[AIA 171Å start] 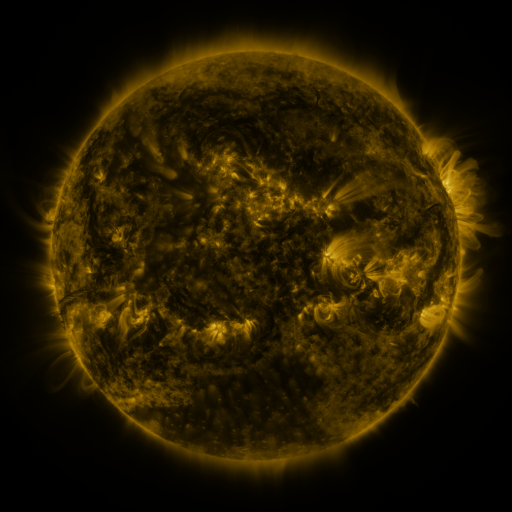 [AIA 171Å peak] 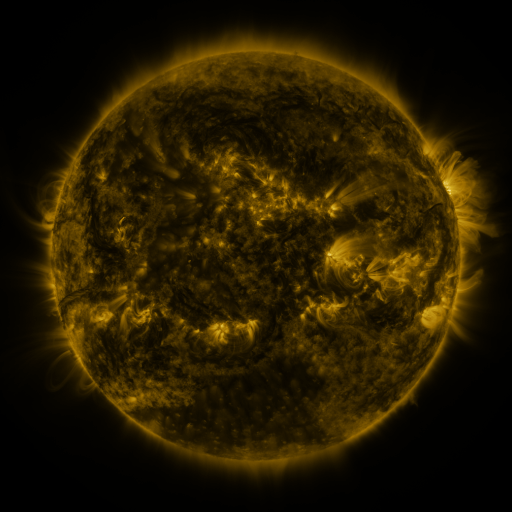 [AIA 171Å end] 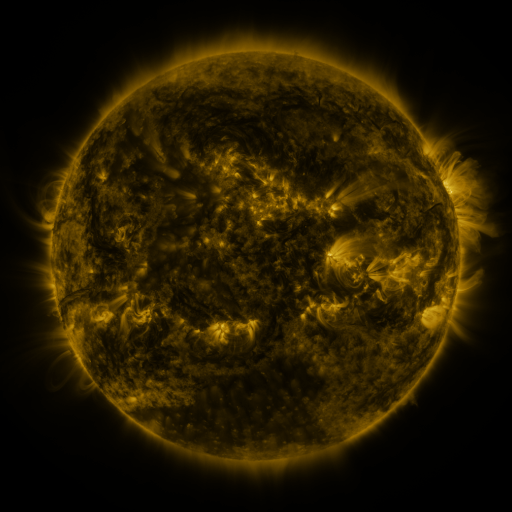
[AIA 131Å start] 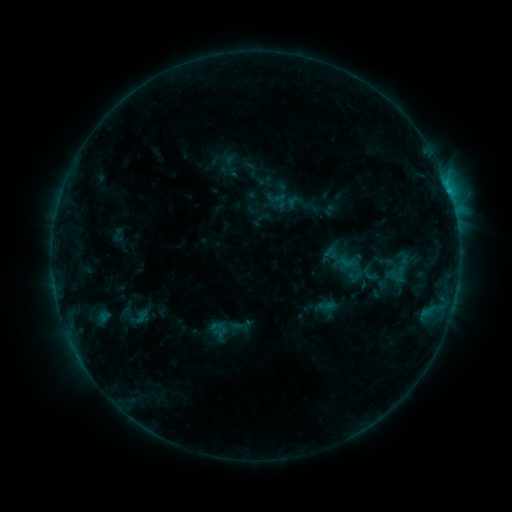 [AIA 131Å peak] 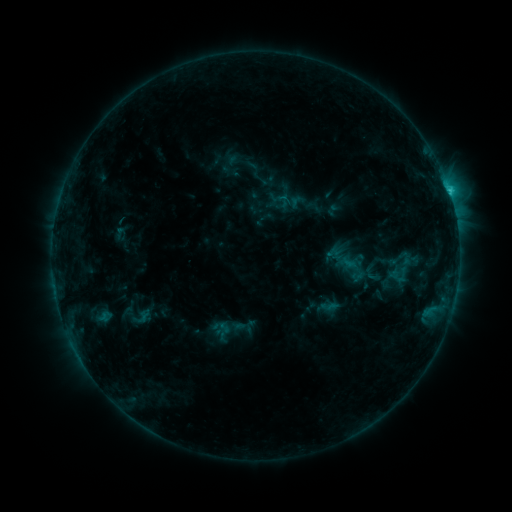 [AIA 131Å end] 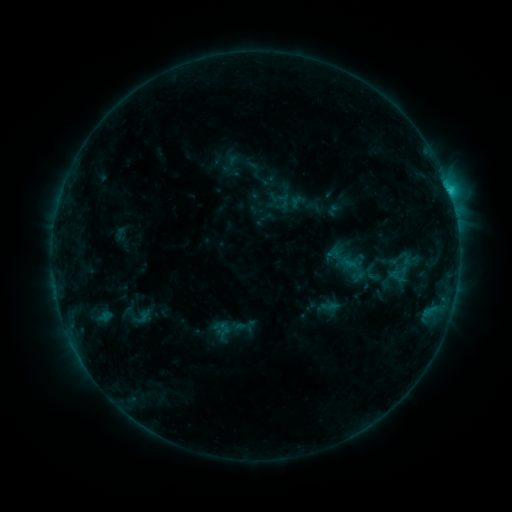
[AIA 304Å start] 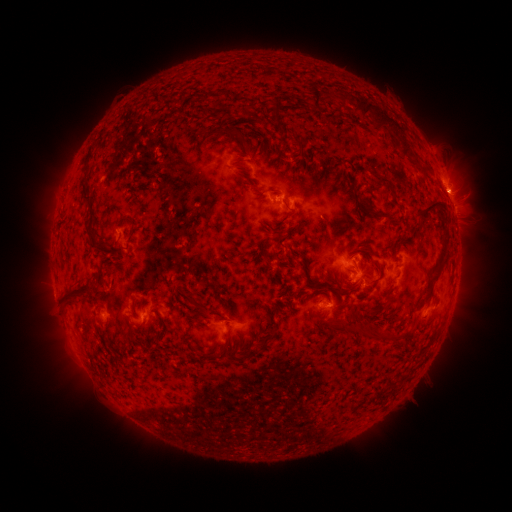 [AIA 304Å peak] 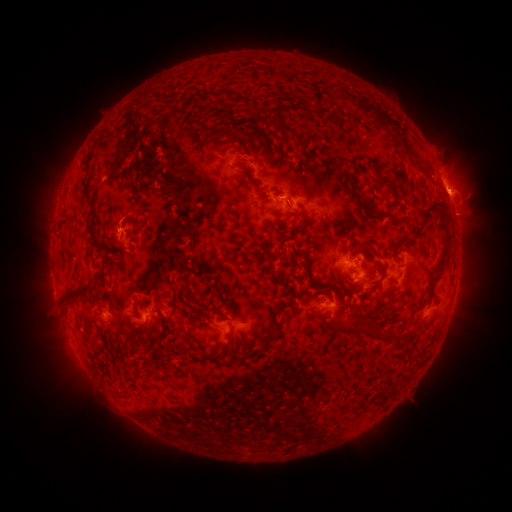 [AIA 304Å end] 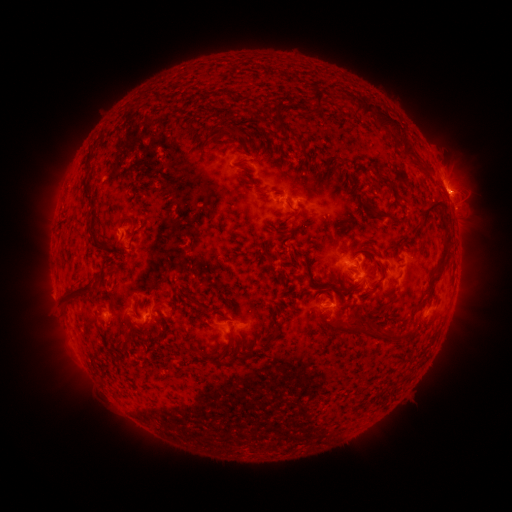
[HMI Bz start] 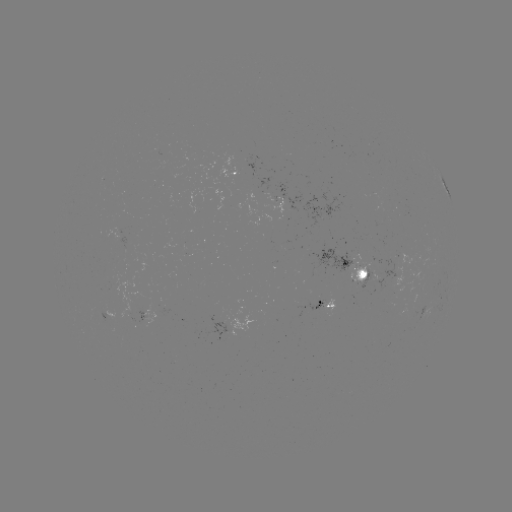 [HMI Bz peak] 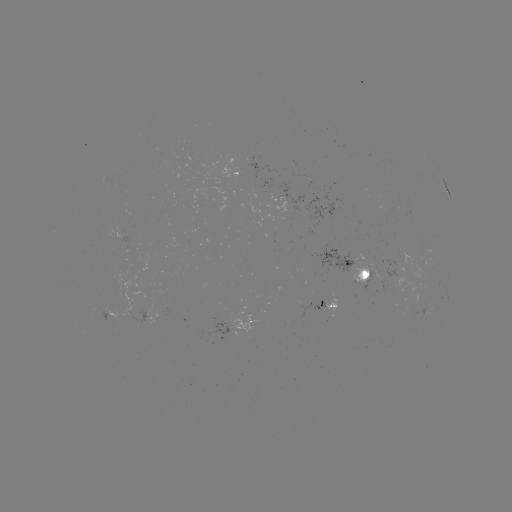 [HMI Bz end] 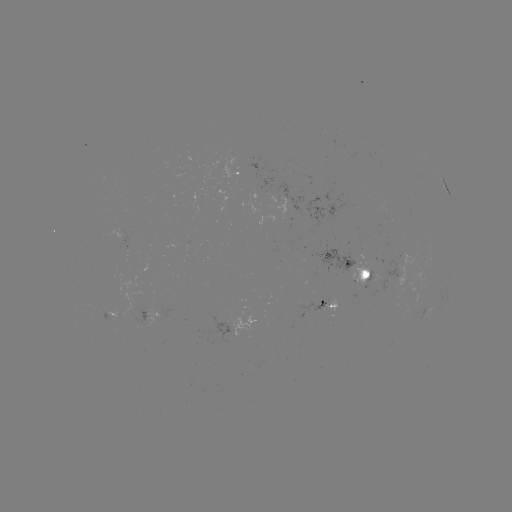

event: emerging-flux region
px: (321, 303)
